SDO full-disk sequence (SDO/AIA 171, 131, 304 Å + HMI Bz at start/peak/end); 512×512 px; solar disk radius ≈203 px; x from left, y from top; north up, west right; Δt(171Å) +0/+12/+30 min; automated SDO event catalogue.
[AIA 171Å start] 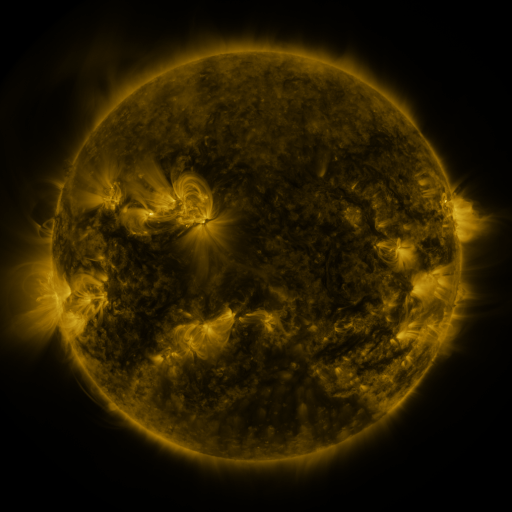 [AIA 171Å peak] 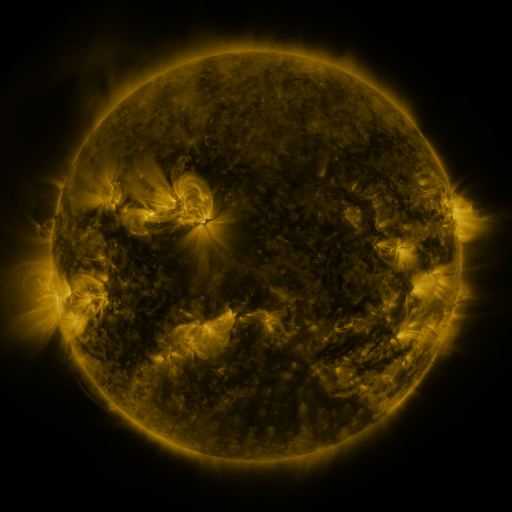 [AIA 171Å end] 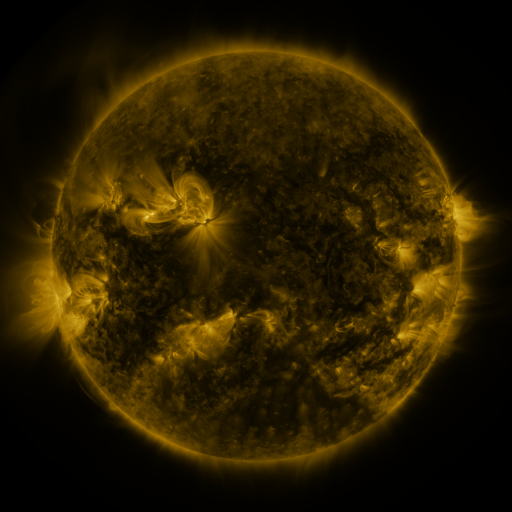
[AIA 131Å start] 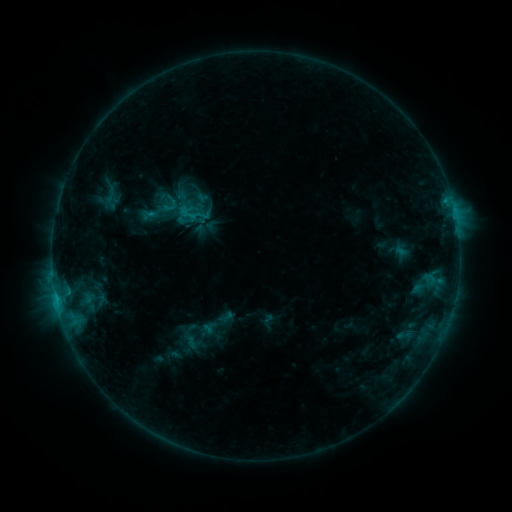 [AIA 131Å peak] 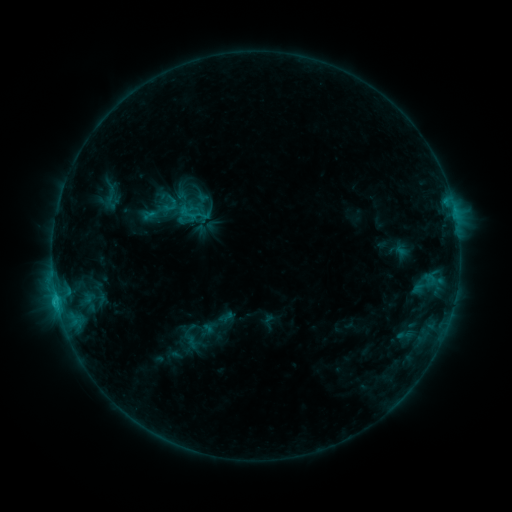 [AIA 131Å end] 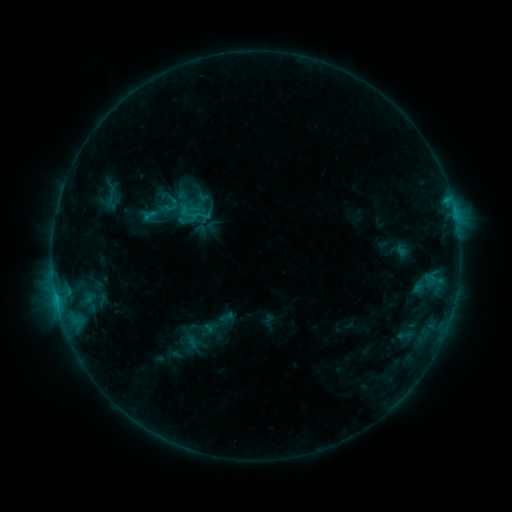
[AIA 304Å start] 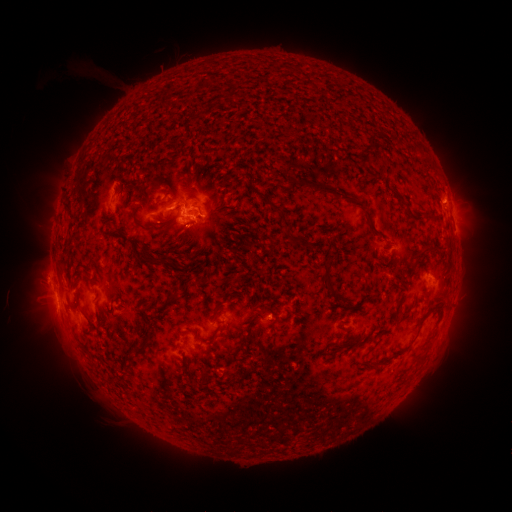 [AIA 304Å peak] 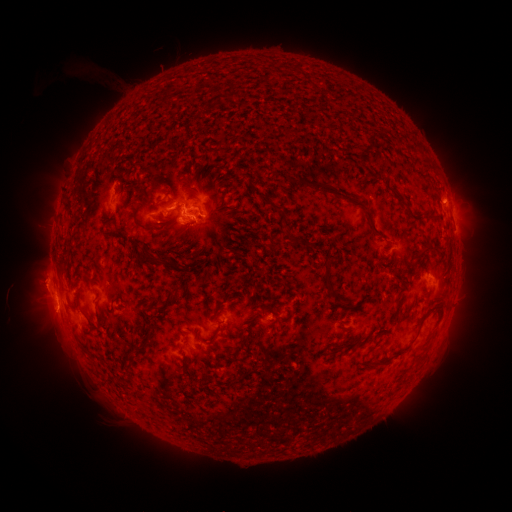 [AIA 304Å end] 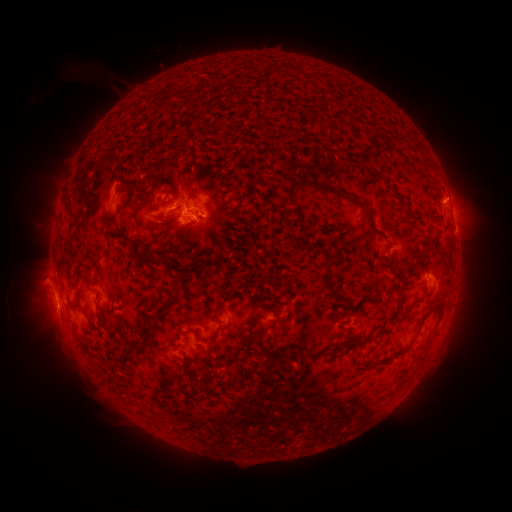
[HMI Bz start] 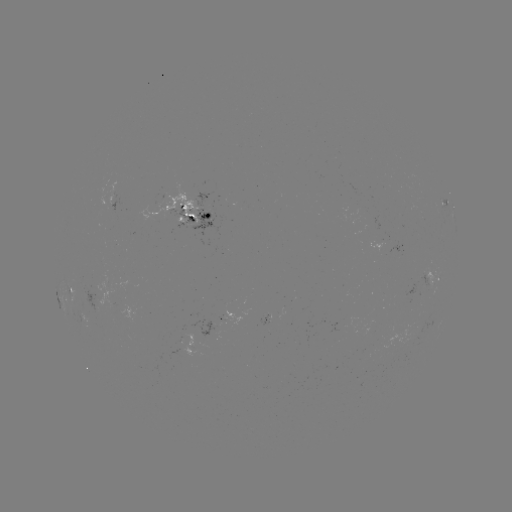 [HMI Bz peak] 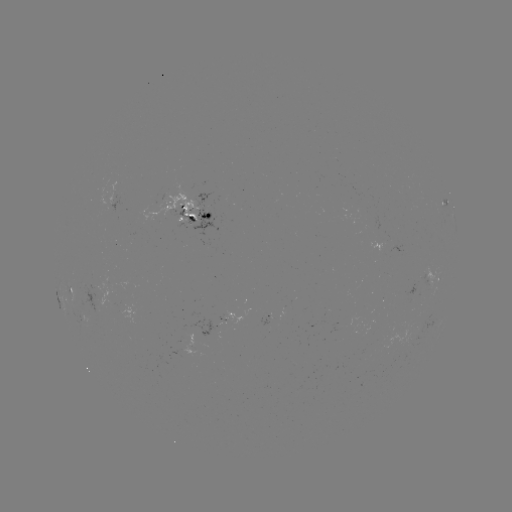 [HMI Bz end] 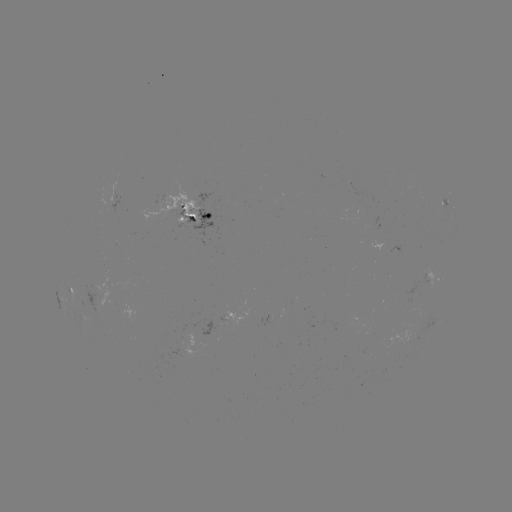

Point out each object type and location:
eruption: (45, 283)
